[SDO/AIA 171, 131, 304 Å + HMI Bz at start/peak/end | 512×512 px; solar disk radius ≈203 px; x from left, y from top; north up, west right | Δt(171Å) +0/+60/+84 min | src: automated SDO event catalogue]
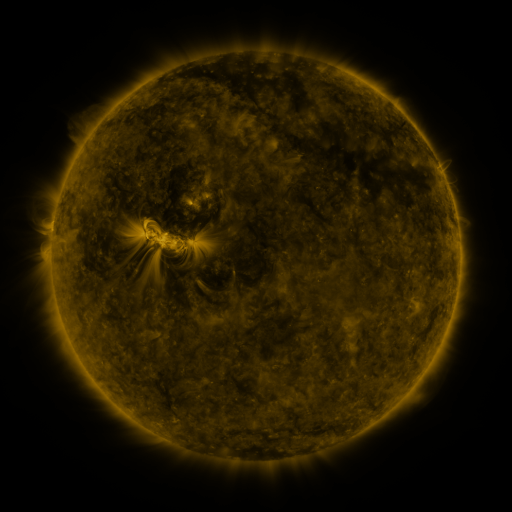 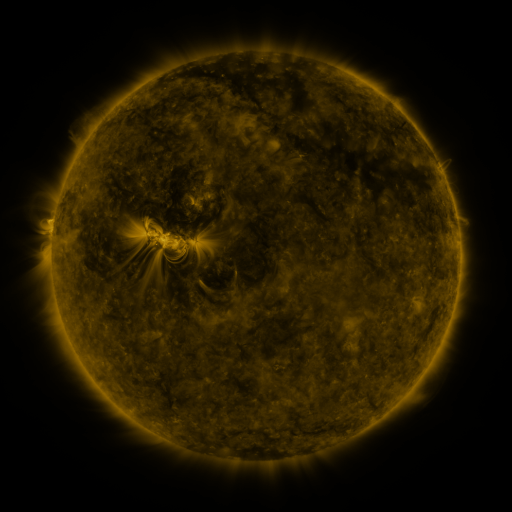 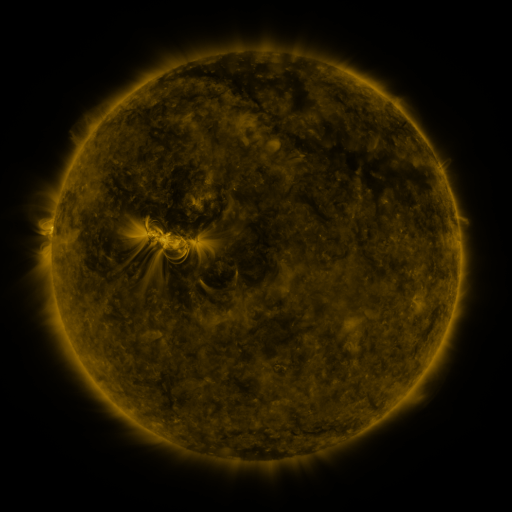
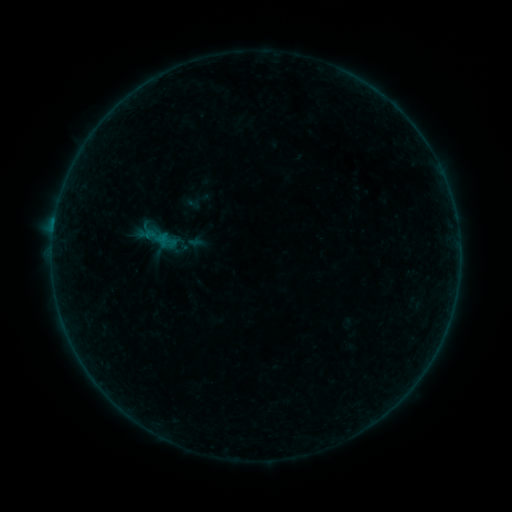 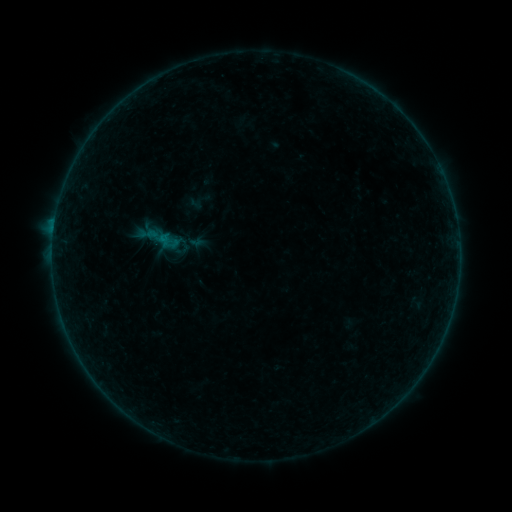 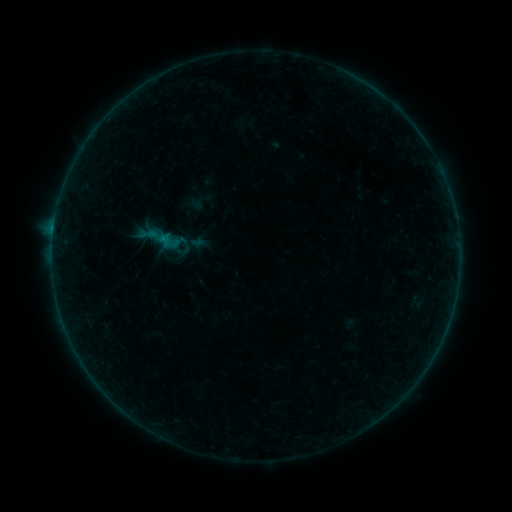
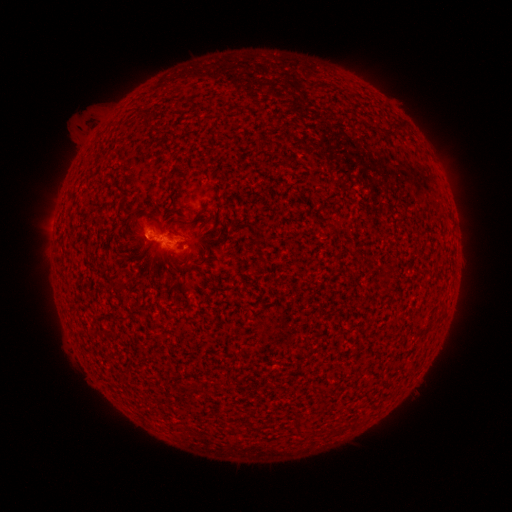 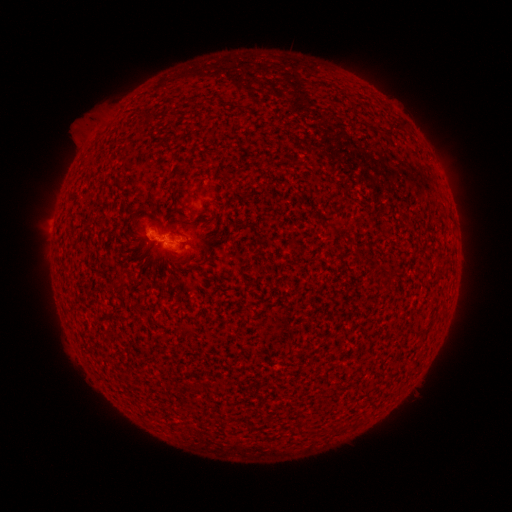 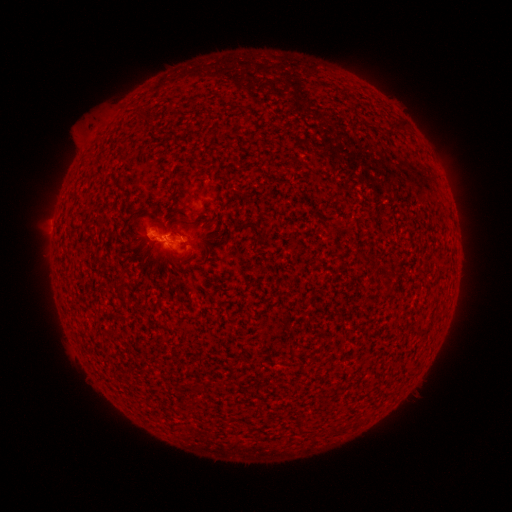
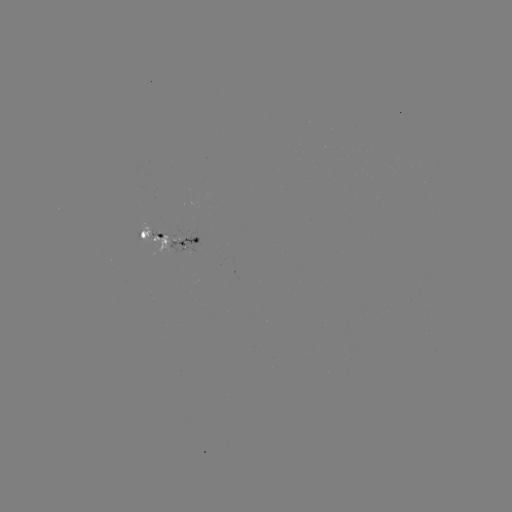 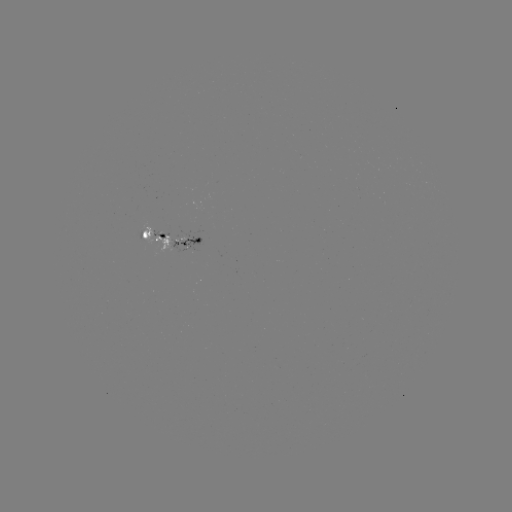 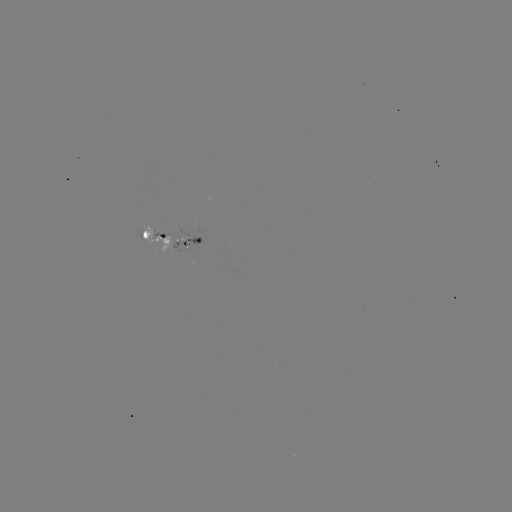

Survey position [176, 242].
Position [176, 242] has emerging-flux region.